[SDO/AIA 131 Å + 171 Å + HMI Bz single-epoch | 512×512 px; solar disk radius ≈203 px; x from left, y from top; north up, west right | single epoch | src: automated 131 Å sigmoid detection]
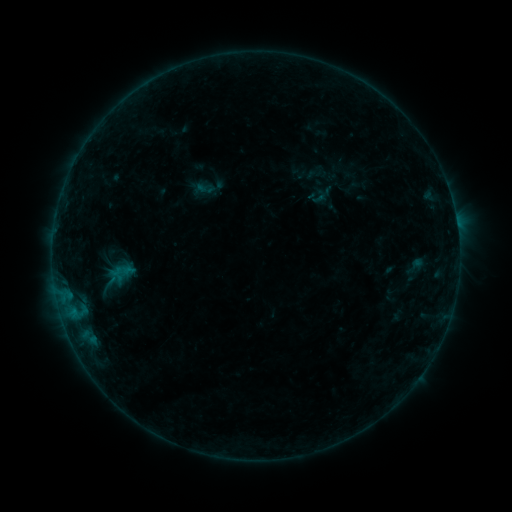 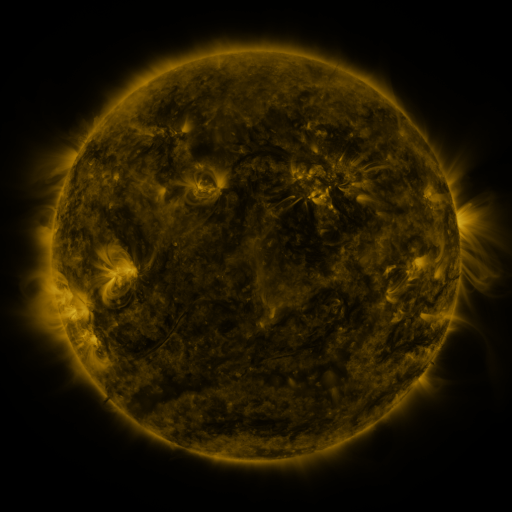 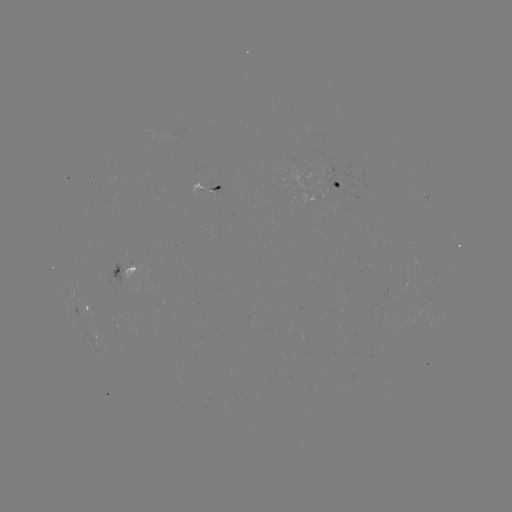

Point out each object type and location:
sigmoid: (205, 188)
